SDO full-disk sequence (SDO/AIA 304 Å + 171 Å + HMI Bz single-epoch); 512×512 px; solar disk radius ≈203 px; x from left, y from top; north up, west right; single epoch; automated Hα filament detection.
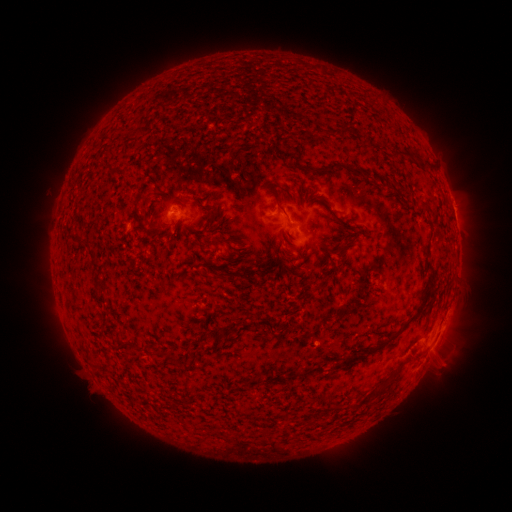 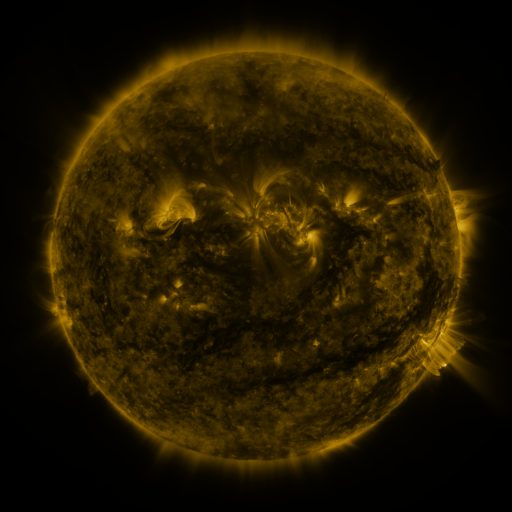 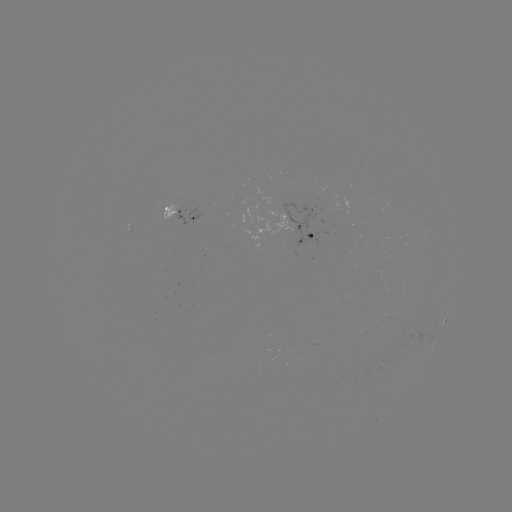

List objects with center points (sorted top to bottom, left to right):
filament: [337, 124, 353, 138]
filament: [306, 125, 317, 136]
filament: [318, 128, 328, 138]
filament: [397, 147, 427, 170]
filament: [327, 160, 364, 177]
filament: [109, 169, 119, 177]
filament: [139, 192, 148, 202]
filament: [272, 195, 285, 212]
filament: [206, 210, 215, 222]
filament: [203, 229, 219, 251]
filament: [78, 240, 108, 295]
filament: [335, 244, 345, 254]
filament: [284, 246, 294, 256]
filament: [272, 255, 280, 264]
filament: [212, 270, 231, 281]
filament: [365, 282, 431, 354]
filament: [143, 344, 152, 355]
filament: [340, 350, 358, 364]
filament: [164, 352, 176, 364]
